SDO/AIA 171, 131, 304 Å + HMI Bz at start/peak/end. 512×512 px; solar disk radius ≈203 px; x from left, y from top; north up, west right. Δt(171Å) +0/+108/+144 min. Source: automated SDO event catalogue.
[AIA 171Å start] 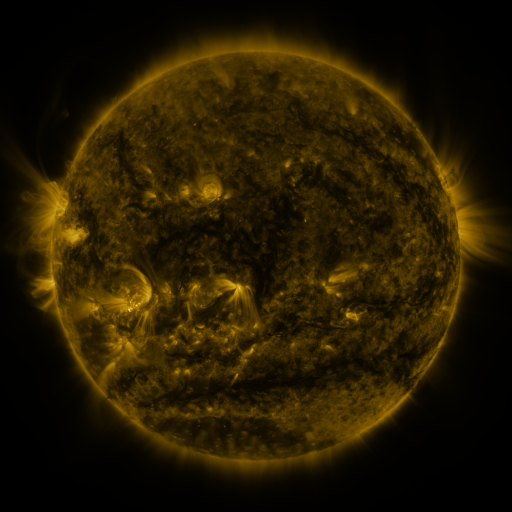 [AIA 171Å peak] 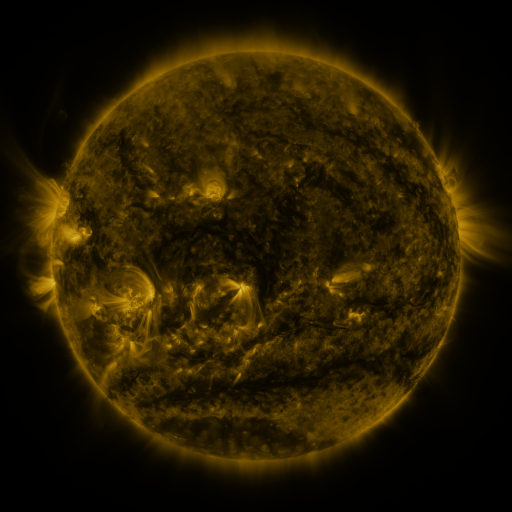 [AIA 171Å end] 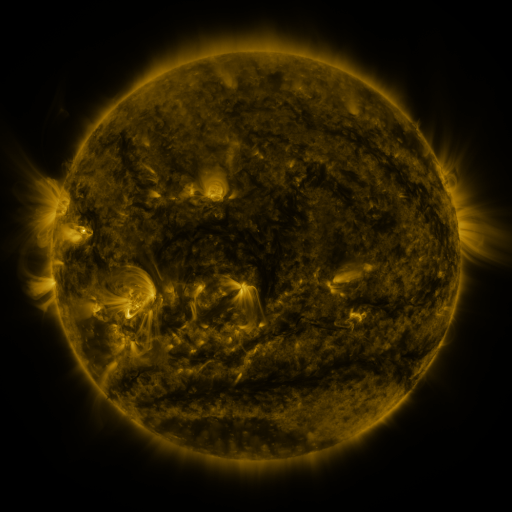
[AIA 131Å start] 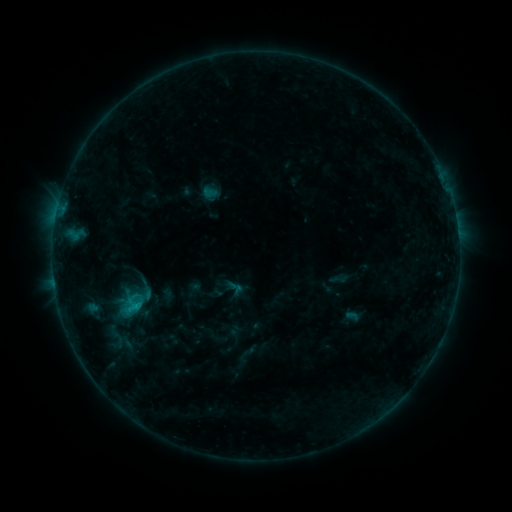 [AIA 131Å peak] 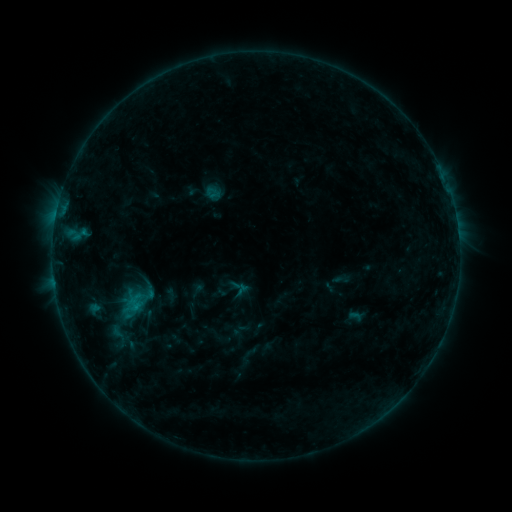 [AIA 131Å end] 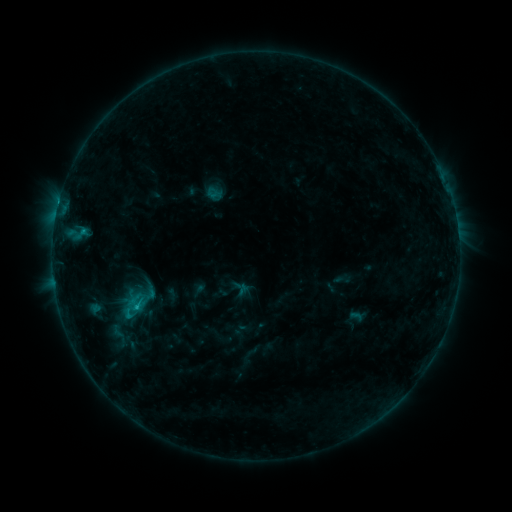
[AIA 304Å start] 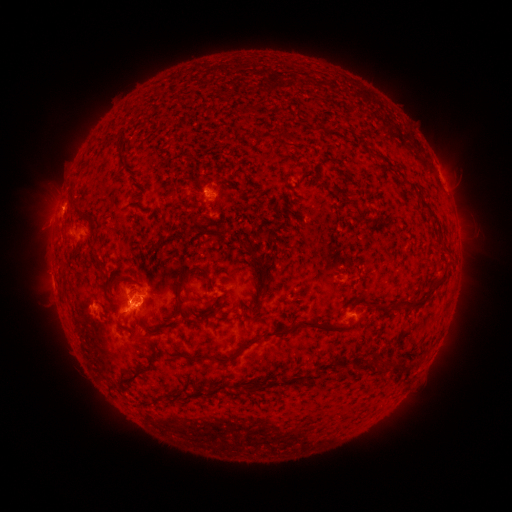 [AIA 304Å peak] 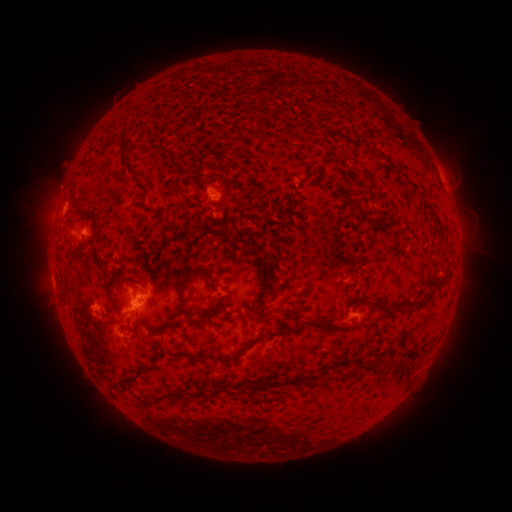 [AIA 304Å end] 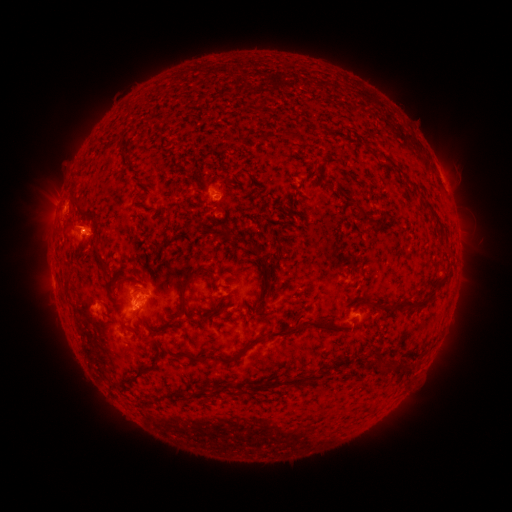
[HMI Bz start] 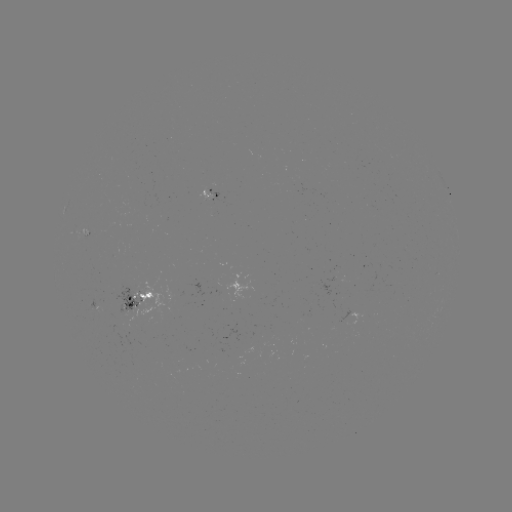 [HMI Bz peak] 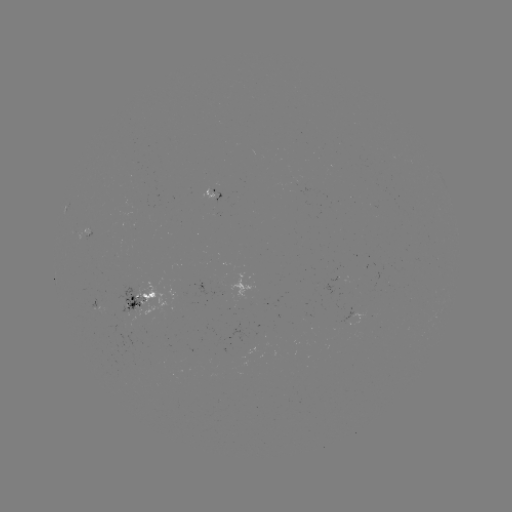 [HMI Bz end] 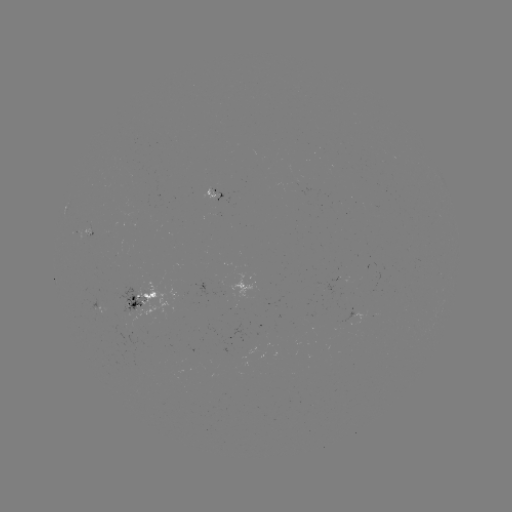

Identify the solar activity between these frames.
emerging-flux region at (133, 306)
